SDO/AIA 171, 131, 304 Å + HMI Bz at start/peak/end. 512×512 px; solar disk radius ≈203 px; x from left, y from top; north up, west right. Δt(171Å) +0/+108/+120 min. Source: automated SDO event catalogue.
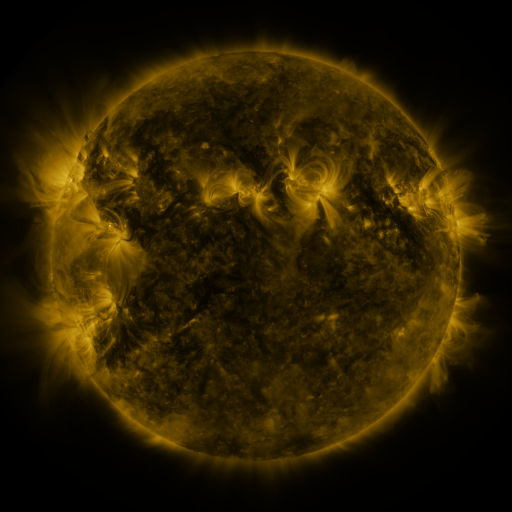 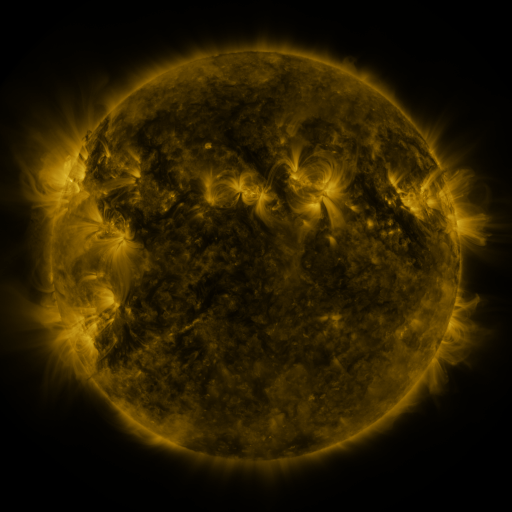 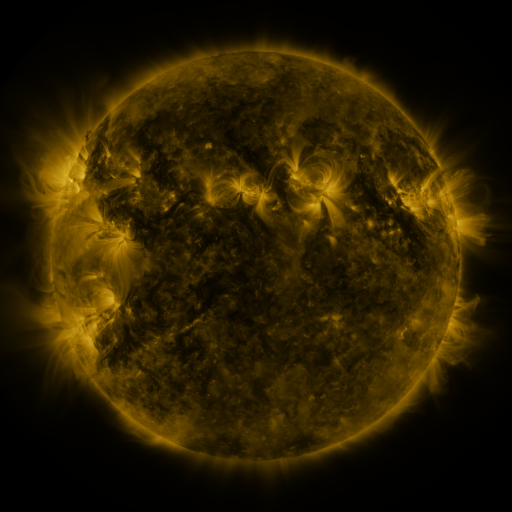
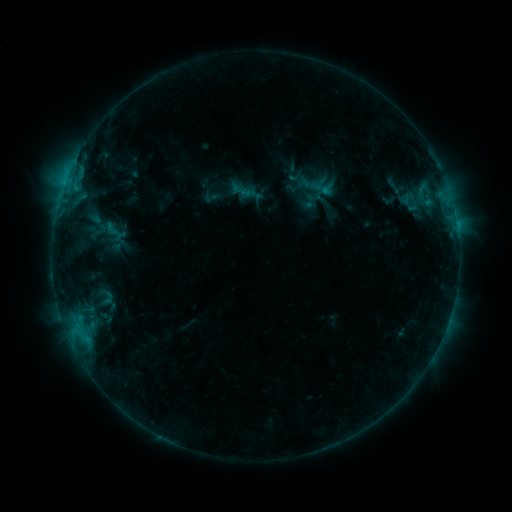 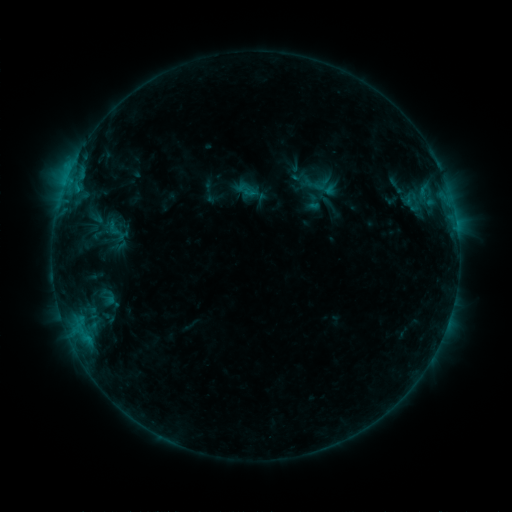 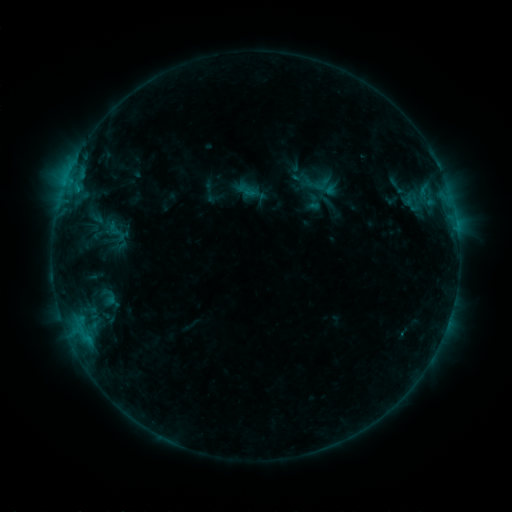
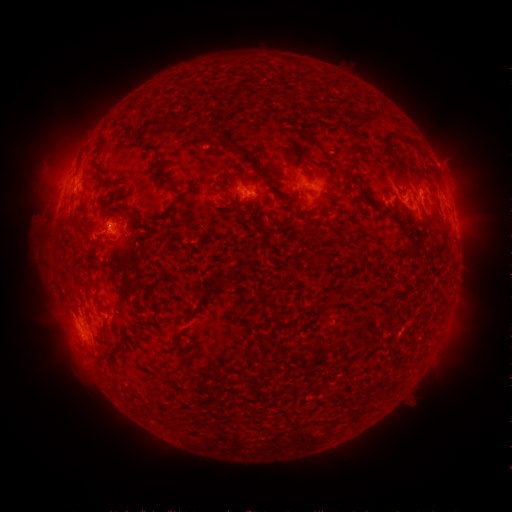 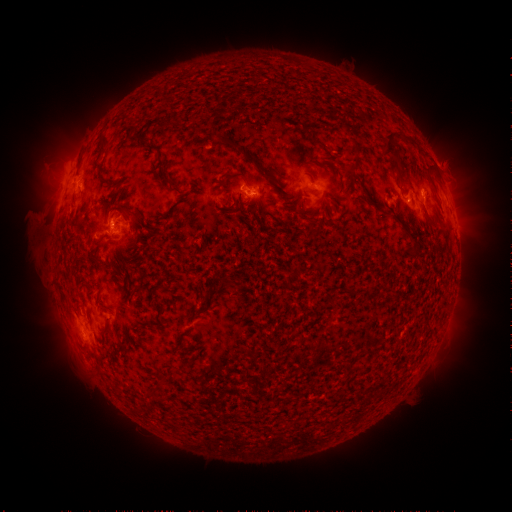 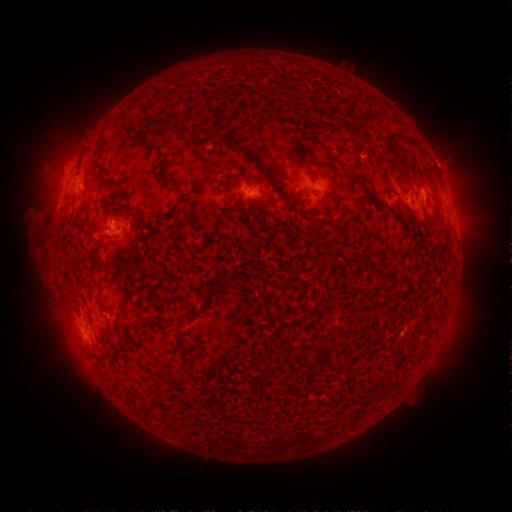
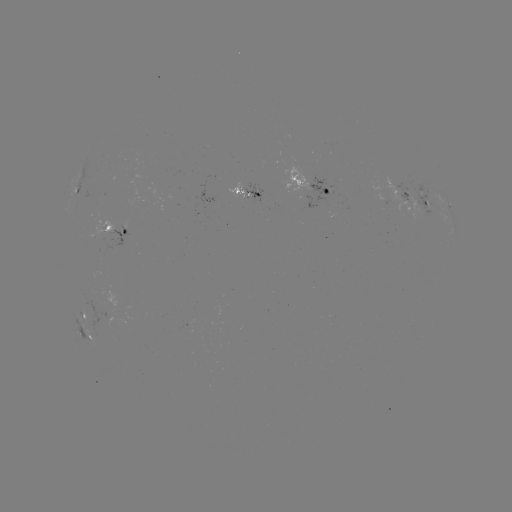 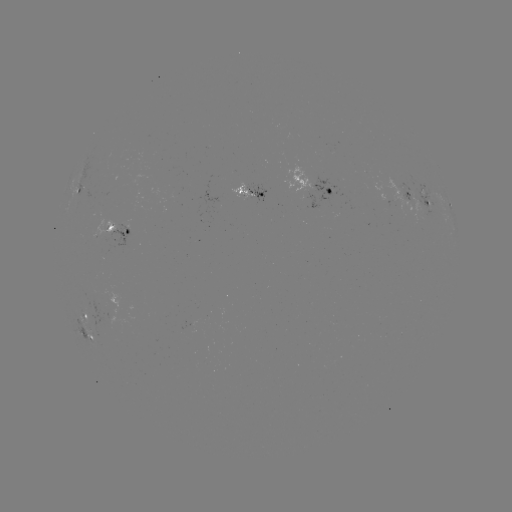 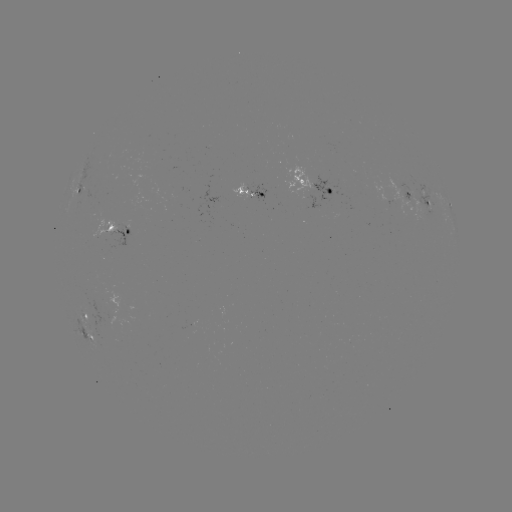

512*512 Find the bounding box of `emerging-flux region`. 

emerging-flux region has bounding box [230, 183, 254, 198].